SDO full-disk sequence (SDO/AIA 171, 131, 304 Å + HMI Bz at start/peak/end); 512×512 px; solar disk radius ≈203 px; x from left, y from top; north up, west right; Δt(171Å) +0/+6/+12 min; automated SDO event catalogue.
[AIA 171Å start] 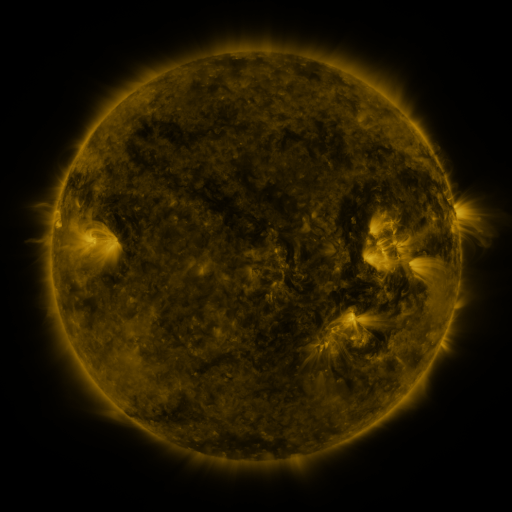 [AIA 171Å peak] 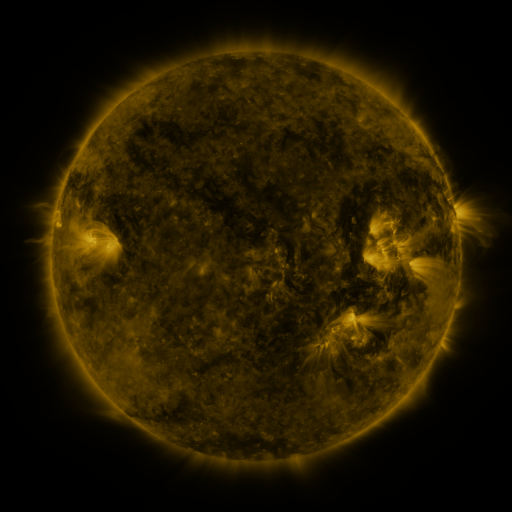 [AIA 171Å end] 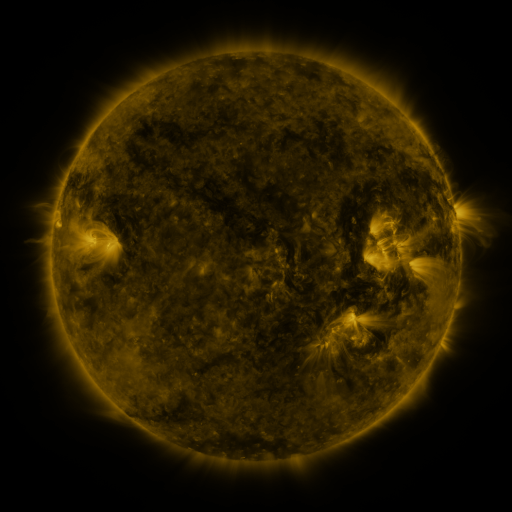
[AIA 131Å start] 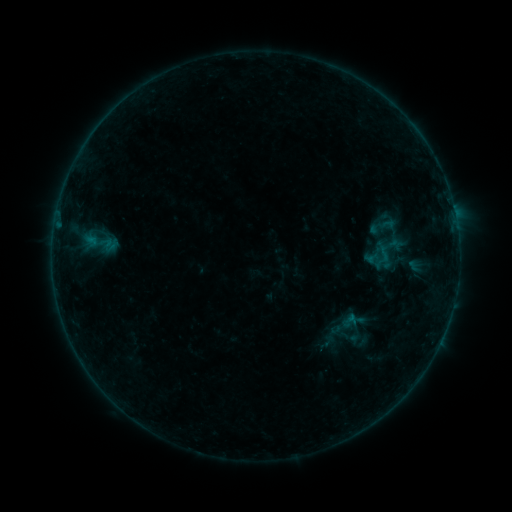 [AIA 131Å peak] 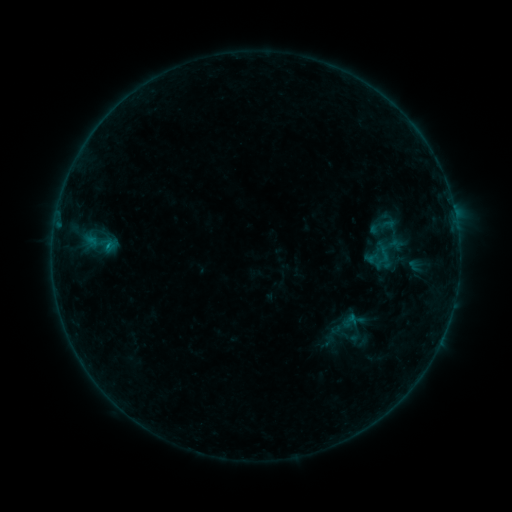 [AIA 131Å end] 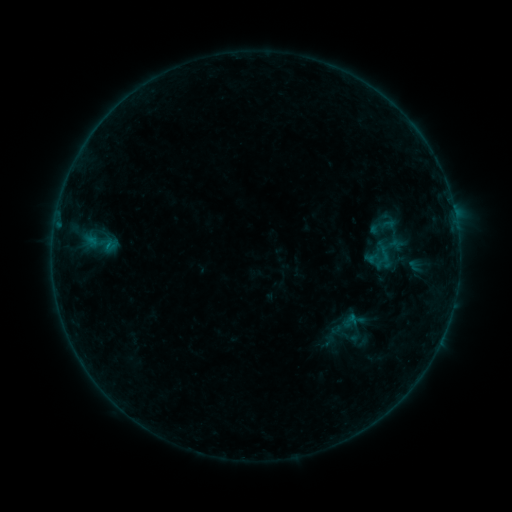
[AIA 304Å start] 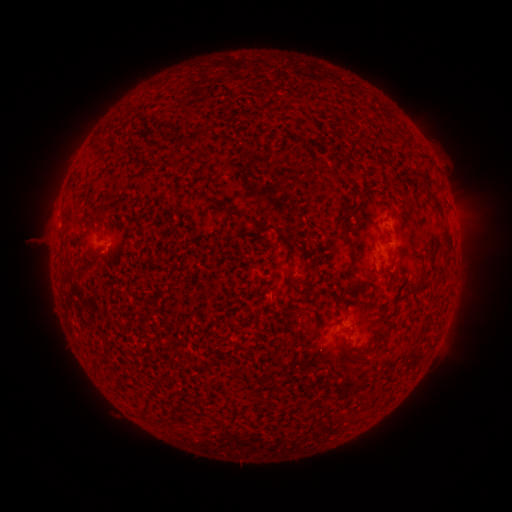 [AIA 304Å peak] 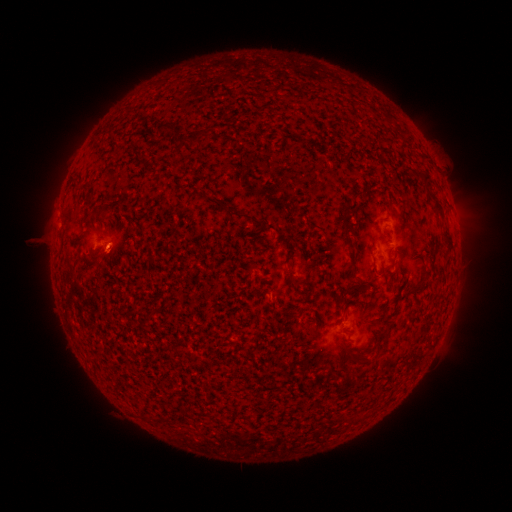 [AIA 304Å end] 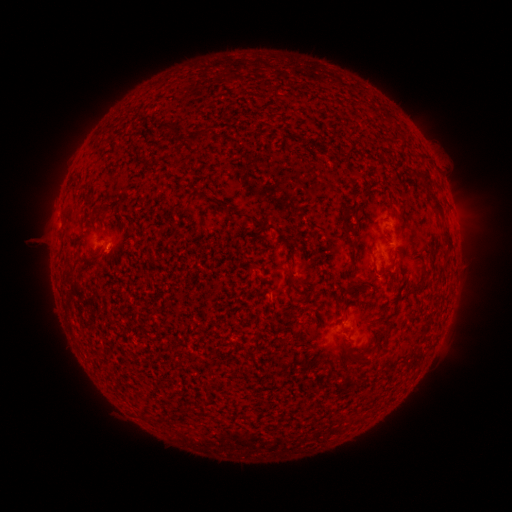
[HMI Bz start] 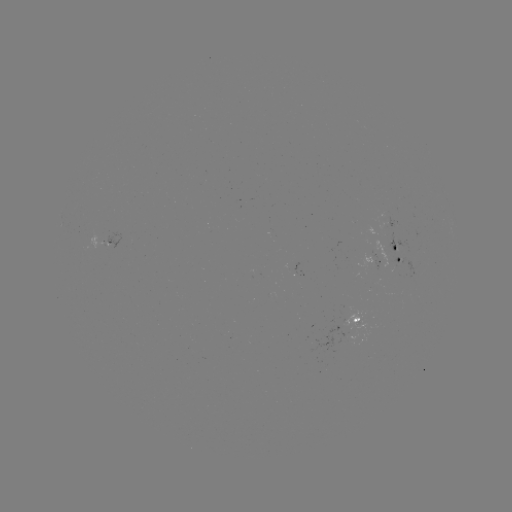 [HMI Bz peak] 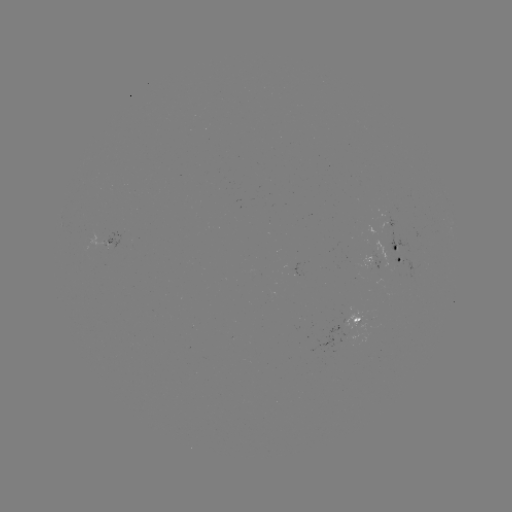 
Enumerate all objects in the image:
B2.2 flare: (110, 251)
